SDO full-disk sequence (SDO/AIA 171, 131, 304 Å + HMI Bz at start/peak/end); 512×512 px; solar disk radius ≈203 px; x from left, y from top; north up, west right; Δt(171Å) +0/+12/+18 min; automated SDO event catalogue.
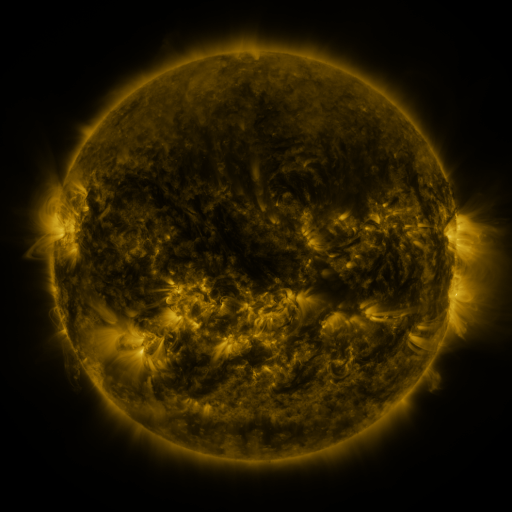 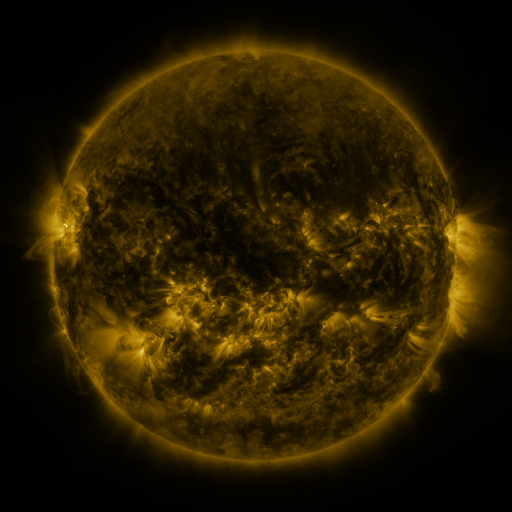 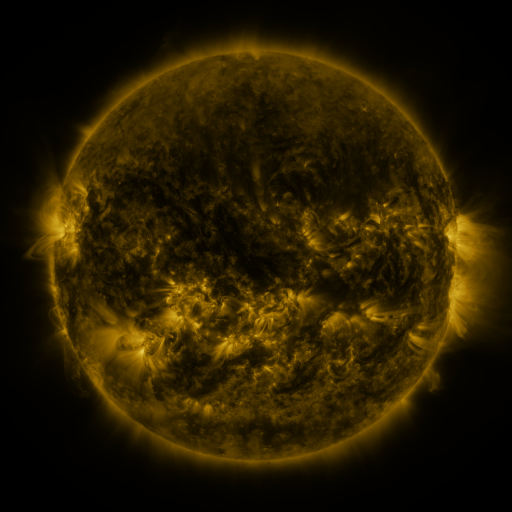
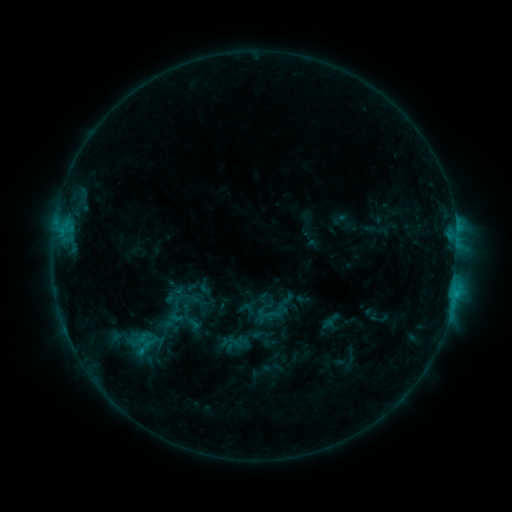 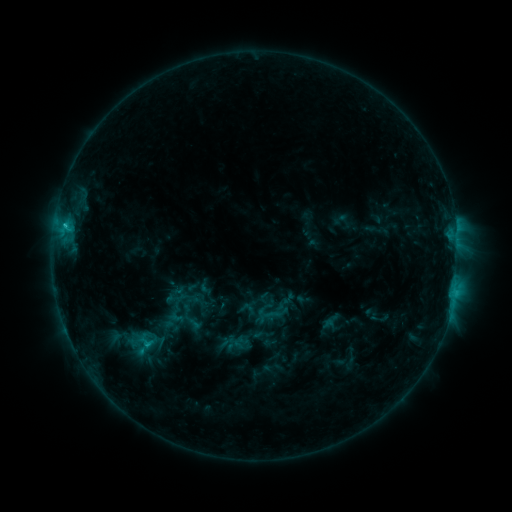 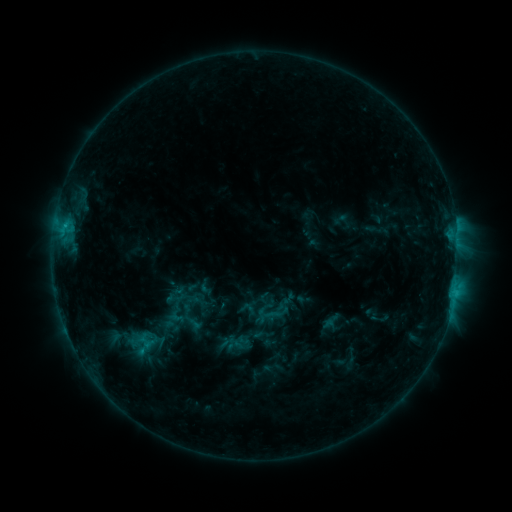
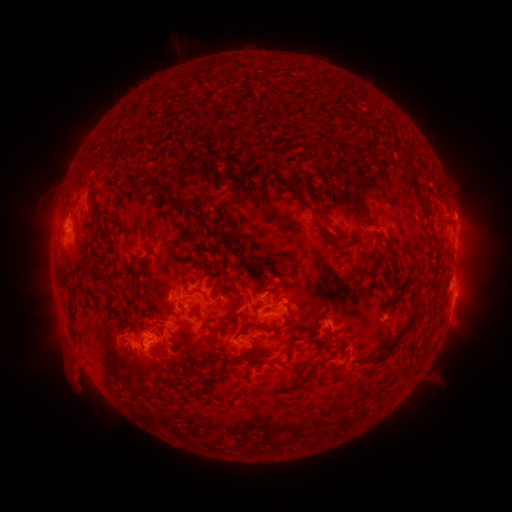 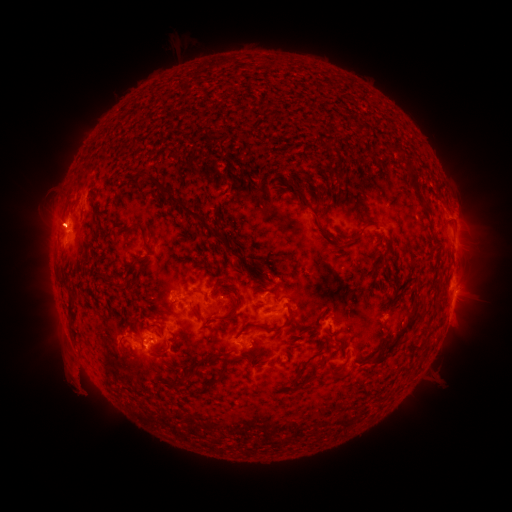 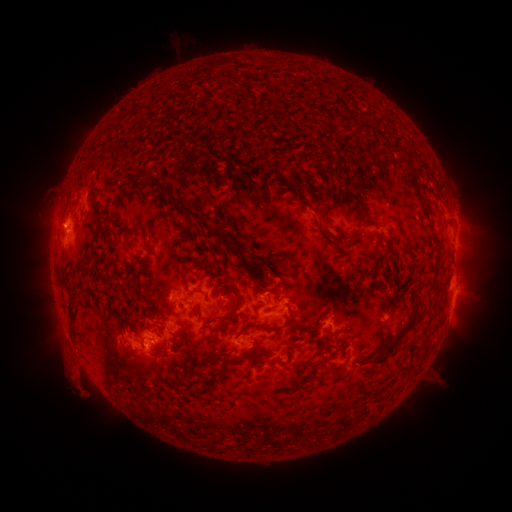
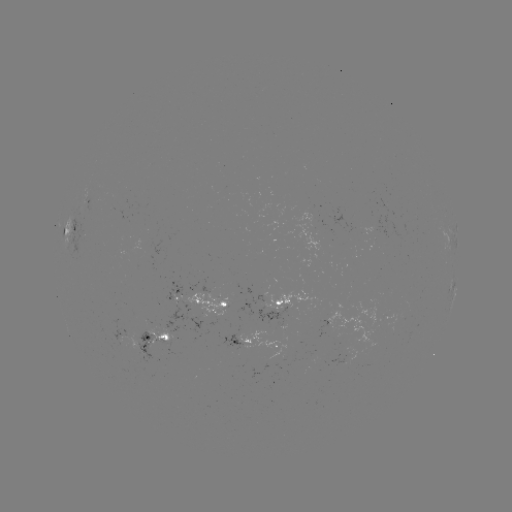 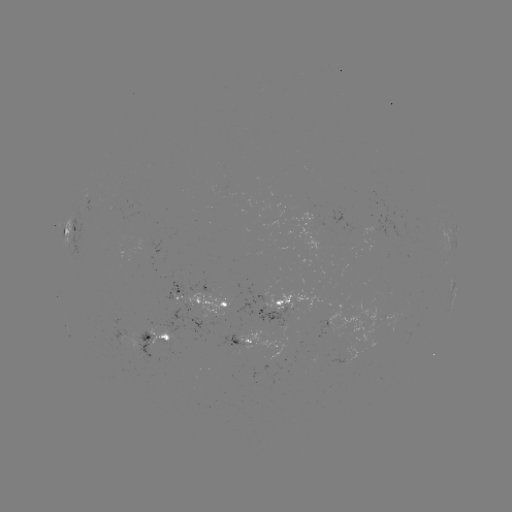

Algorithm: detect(C1.3 flare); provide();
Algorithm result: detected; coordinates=[65, 227]